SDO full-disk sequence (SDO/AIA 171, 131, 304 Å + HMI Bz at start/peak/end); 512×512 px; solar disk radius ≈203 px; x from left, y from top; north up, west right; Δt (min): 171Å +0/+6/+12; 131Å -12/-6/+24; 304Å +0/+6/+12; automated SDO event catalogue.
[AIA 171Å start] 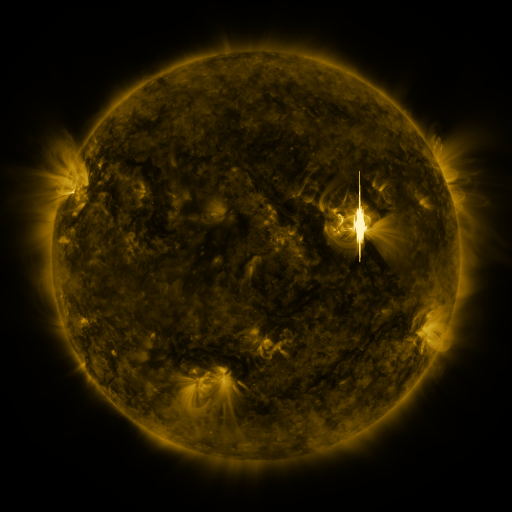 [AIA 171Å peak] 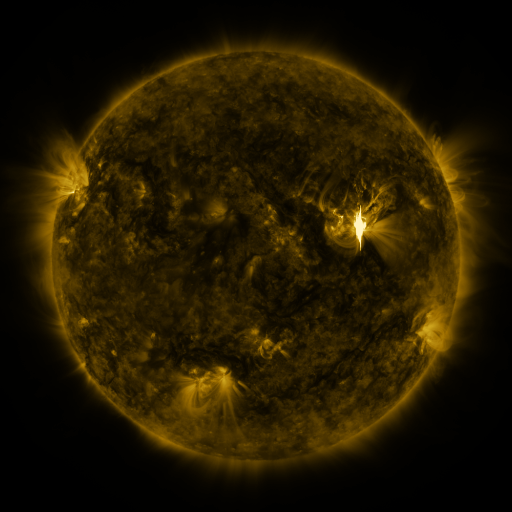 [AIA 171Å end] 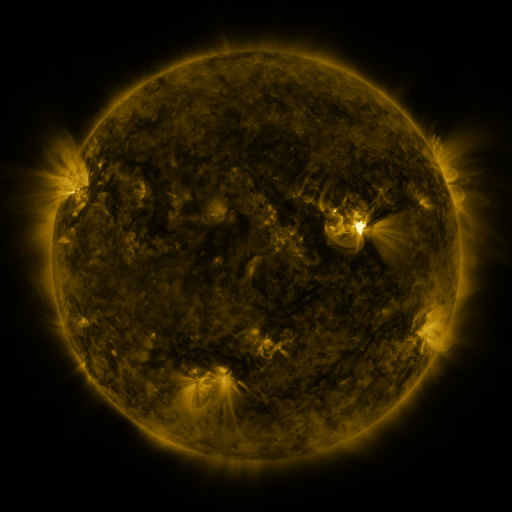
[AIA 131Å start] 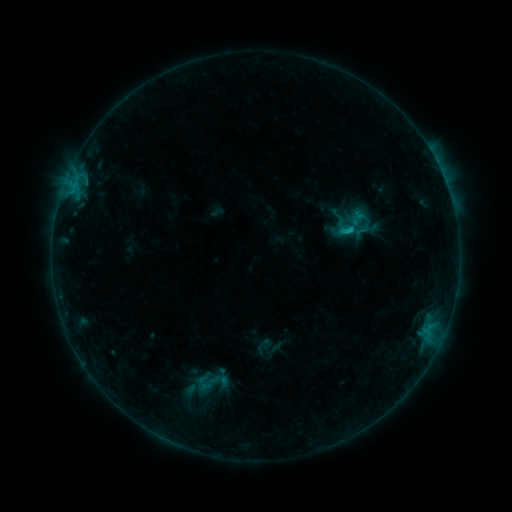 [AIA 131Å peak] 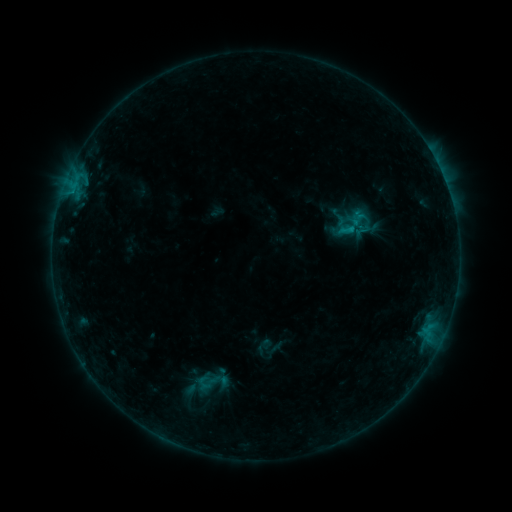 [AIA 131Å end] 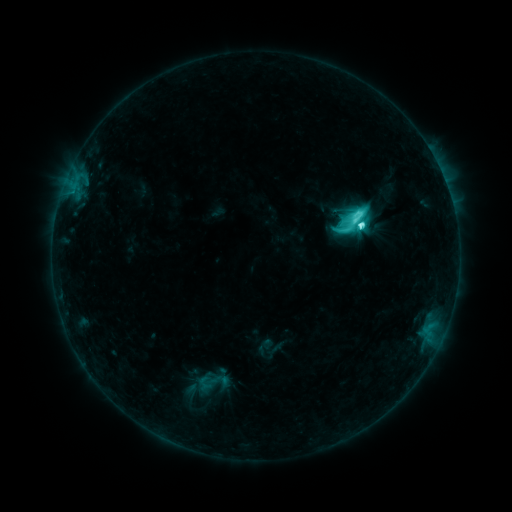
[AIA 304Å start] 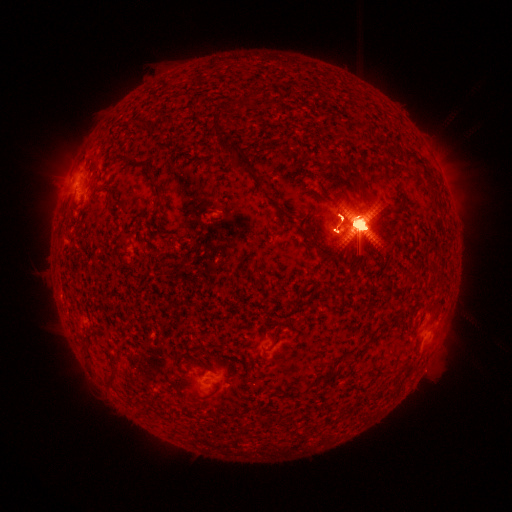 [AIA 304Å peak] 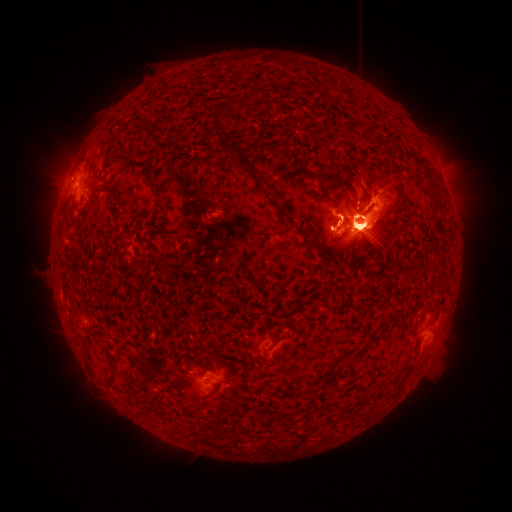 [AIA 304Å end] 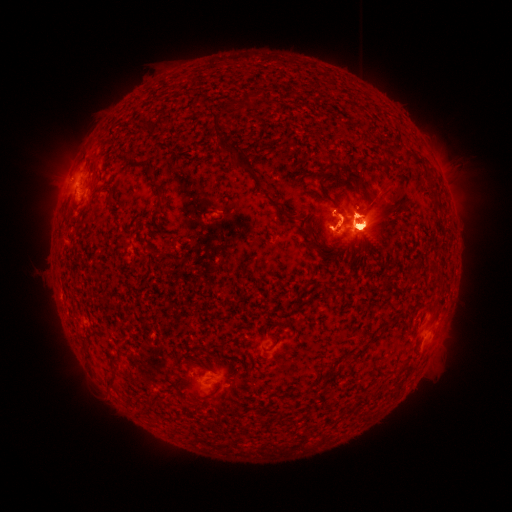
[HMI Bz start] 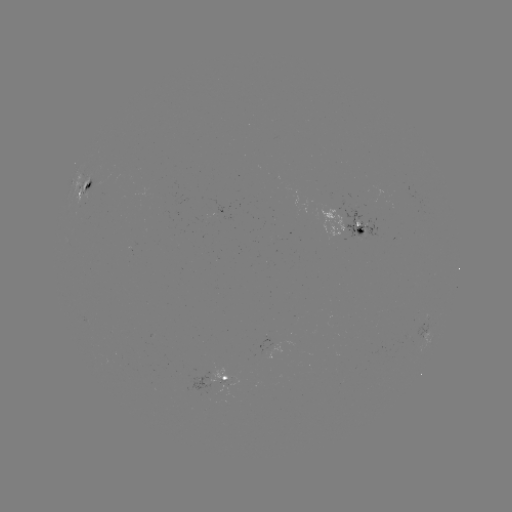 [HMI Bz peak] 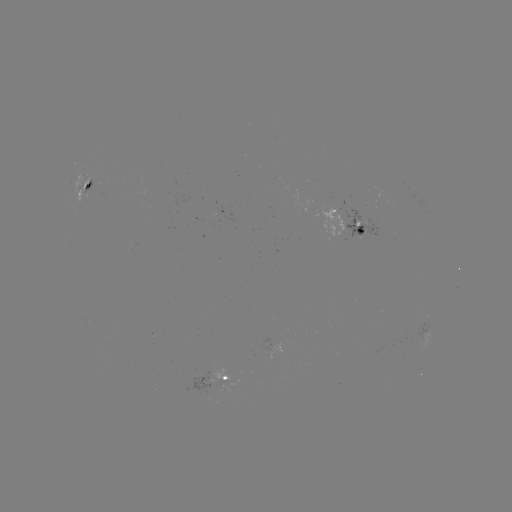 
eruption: [31, 121, 111, 239]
